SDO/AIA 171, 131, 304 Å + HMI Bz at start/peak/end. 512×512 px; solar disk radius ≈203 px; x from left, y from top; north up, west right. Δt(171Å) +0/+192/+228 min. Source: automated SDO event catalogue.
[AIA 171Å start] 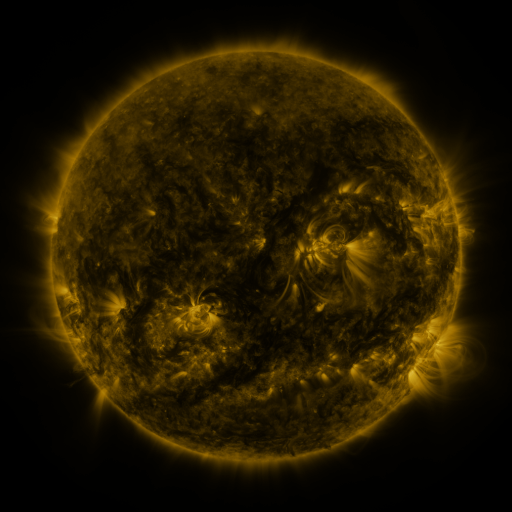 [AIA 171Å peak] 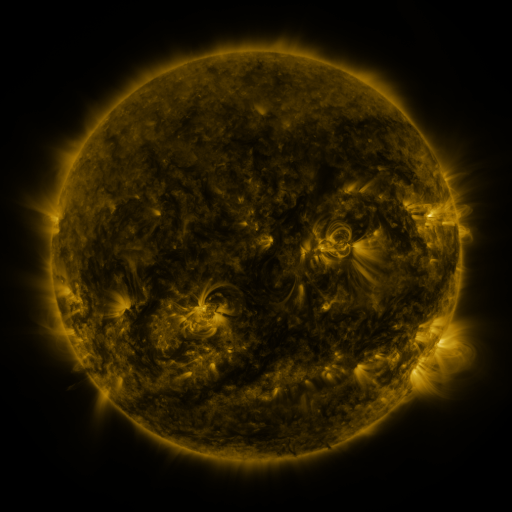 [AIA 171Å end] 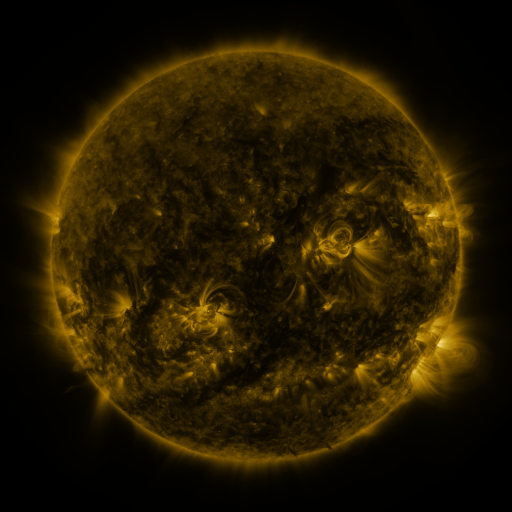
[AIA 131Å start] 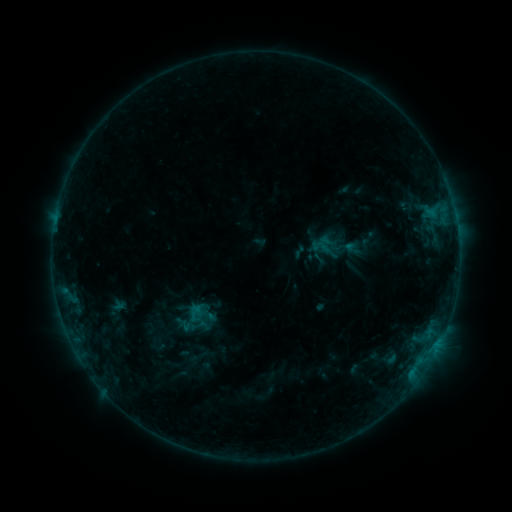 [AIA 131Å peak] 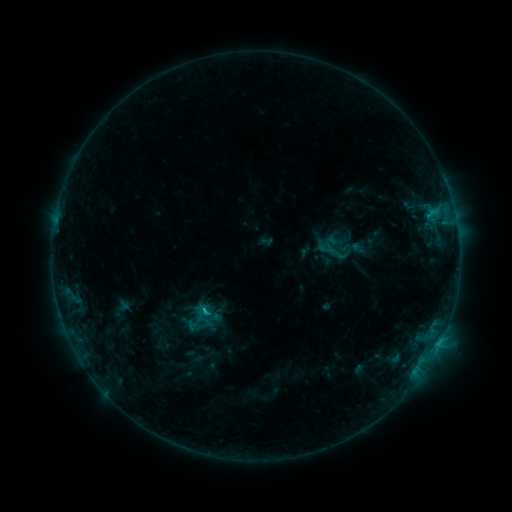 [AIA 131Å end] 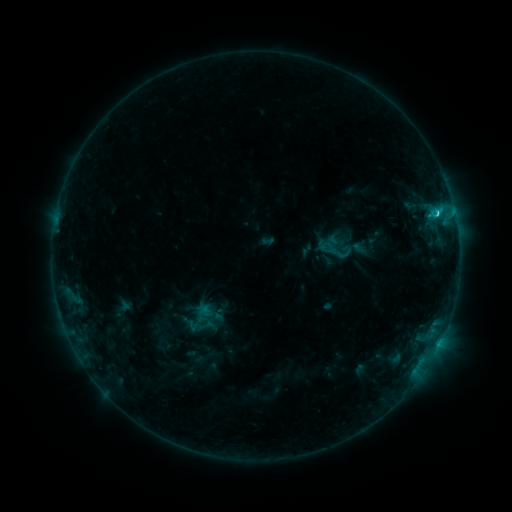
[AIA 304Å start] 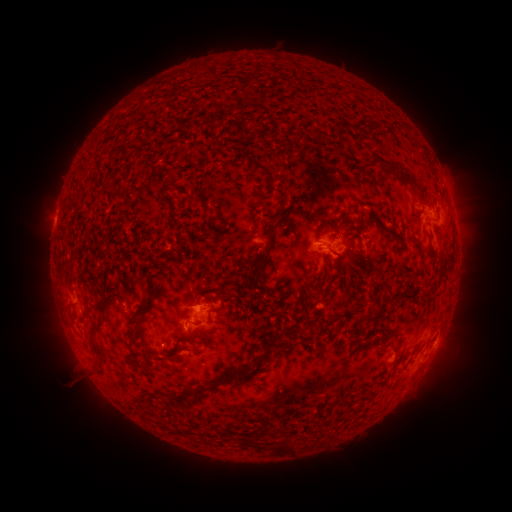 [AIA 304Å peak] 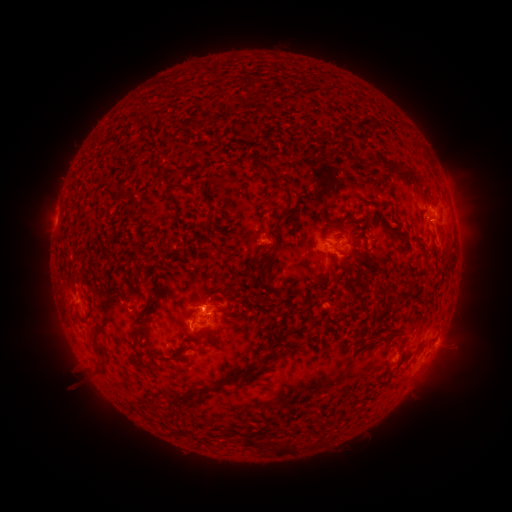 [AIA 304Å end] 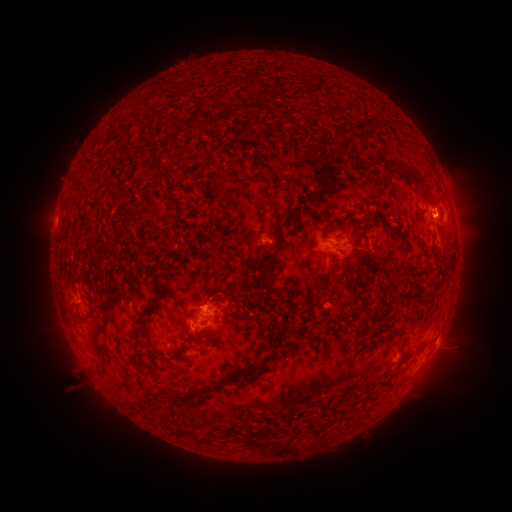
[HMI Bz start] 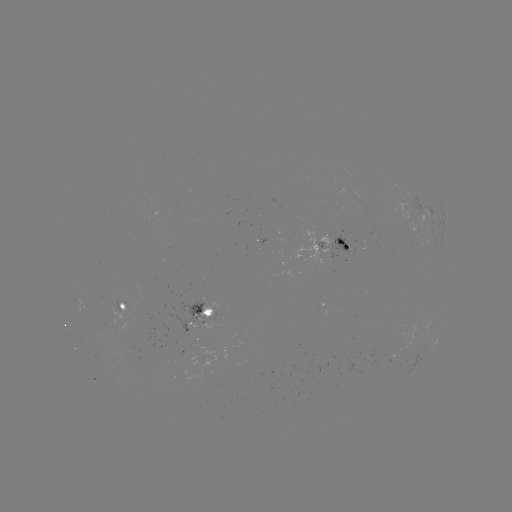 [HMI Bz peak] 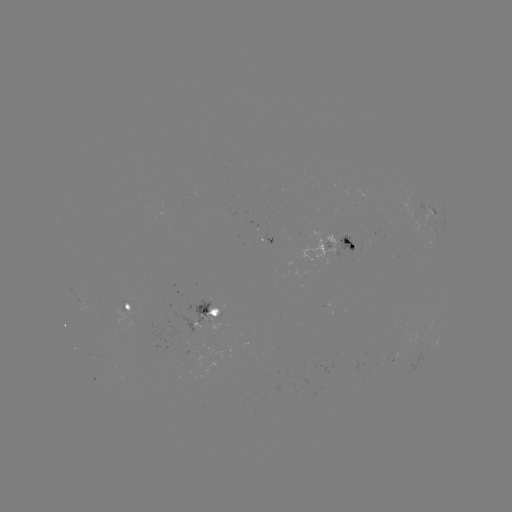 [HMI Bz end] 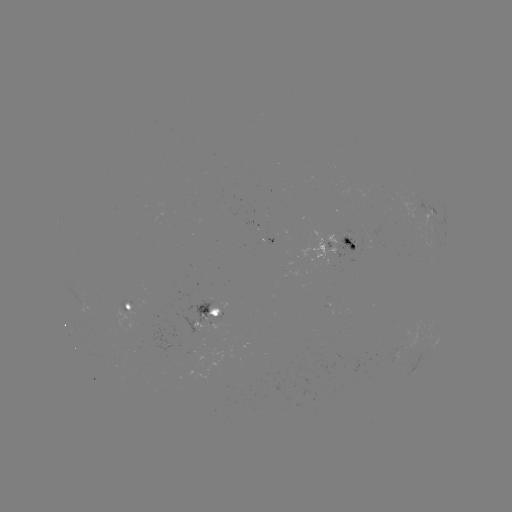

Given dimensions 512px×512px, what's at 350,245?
emerging-flux region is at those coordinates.